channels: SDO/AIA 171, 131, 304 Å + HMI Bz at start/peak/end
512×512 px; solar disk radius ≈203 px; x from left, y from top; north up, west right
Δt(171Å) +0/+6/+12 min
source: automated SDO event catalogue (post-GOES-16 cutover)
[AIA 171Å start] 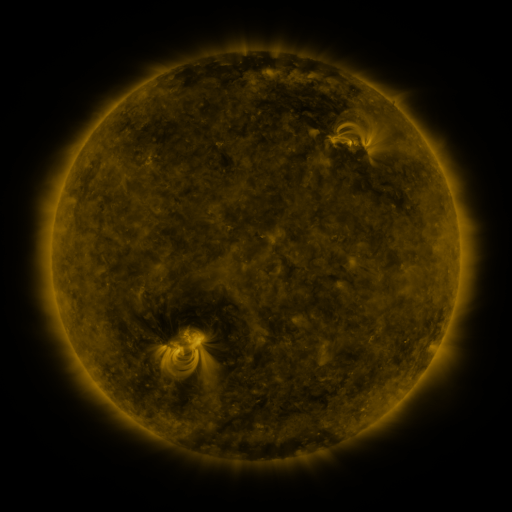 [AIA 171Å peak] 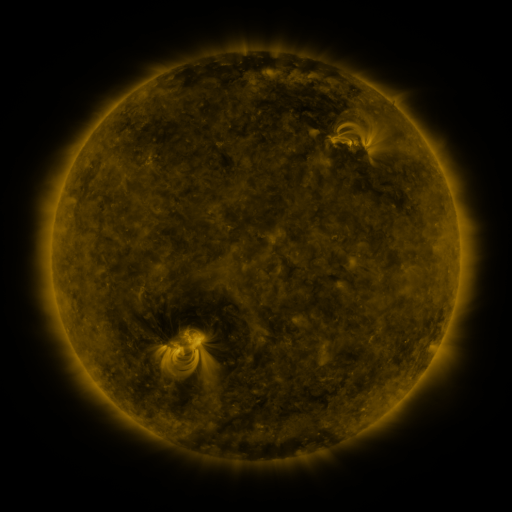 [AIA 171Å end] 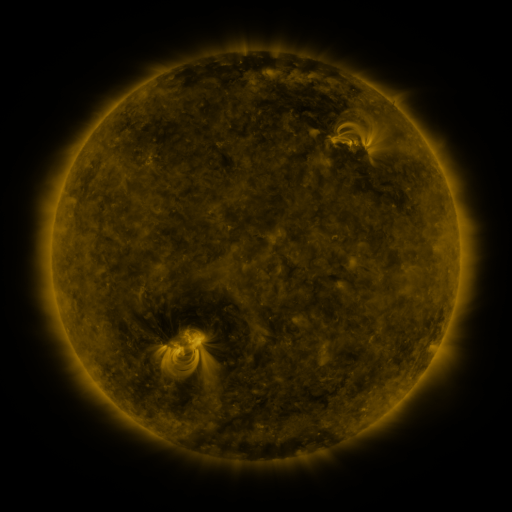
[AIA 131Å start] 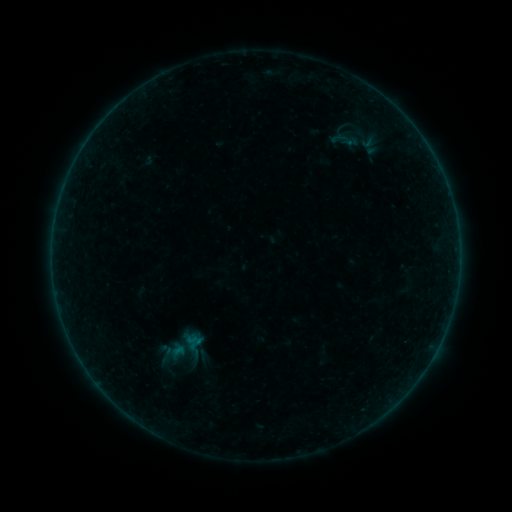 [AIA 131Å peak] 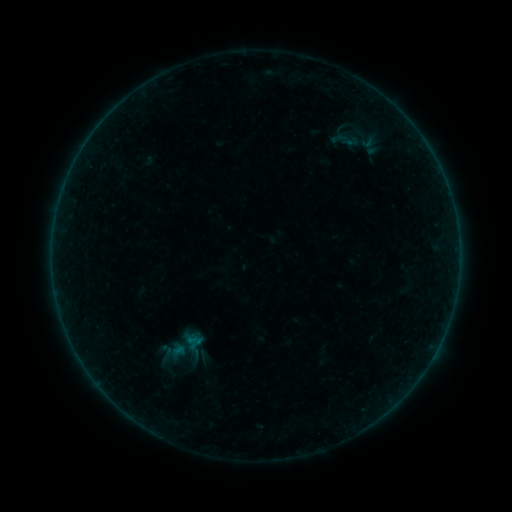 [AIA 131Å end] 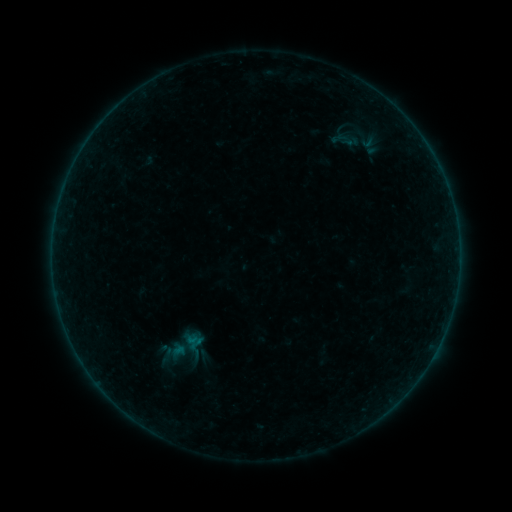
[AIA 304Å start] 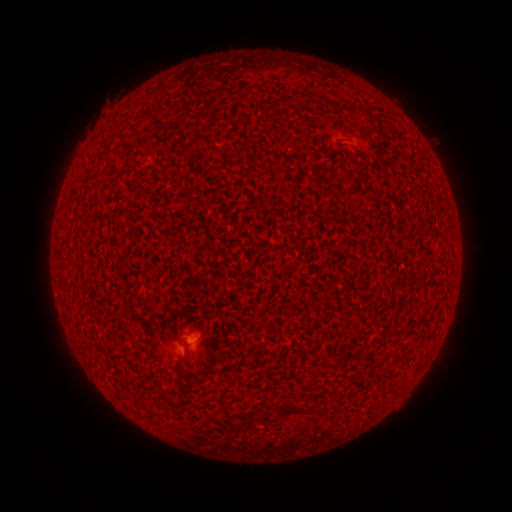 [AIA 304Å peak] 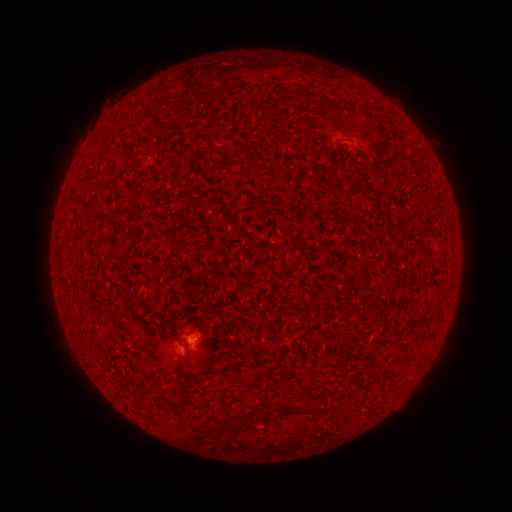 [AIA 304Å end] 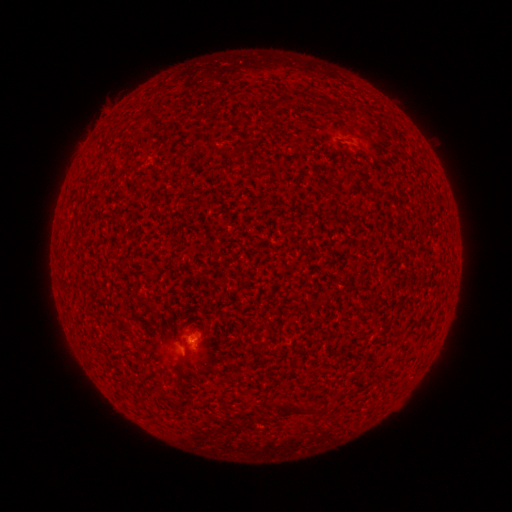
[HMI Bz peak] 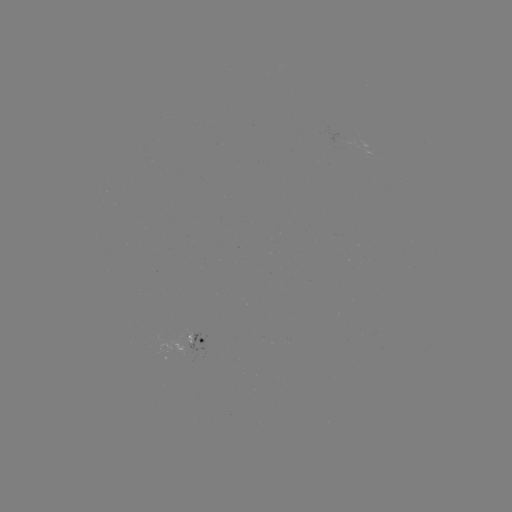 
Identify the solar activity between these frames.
A7.8 flare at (192, 339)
